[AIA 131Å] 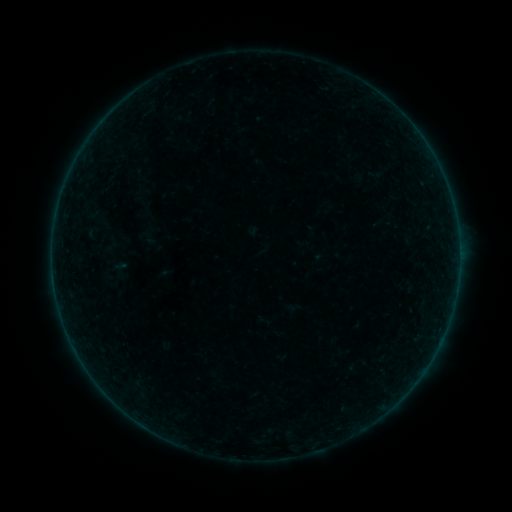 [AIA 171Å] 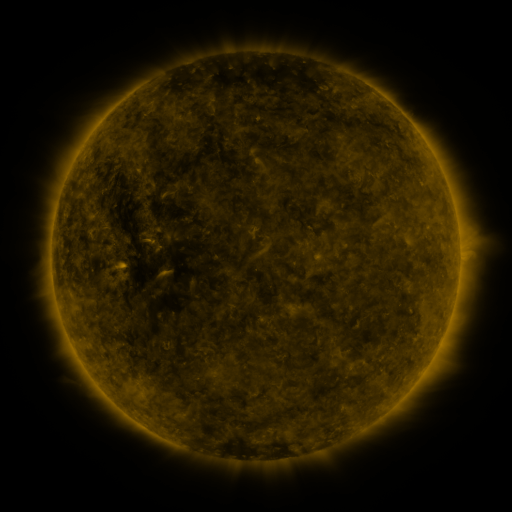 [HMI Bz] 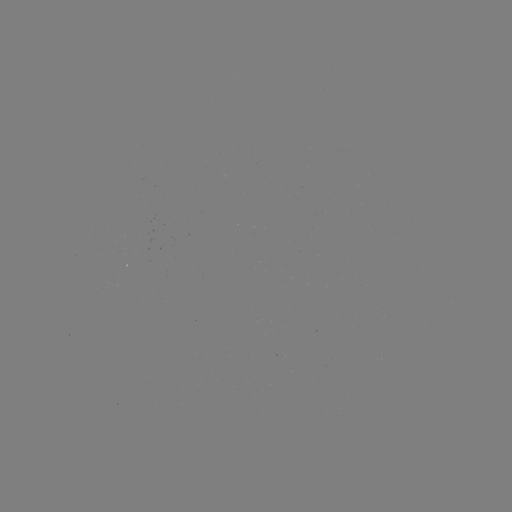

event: sigmoid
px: (96, 230)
